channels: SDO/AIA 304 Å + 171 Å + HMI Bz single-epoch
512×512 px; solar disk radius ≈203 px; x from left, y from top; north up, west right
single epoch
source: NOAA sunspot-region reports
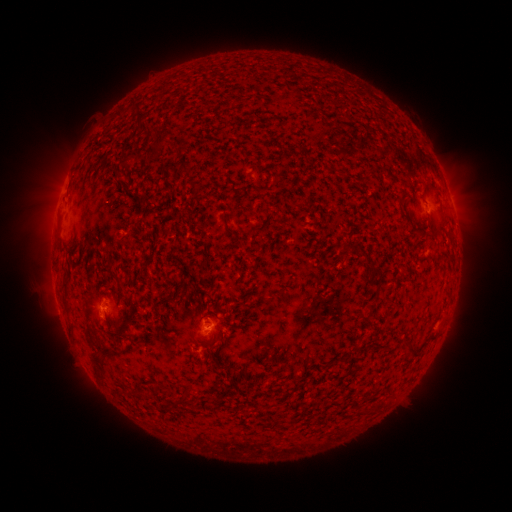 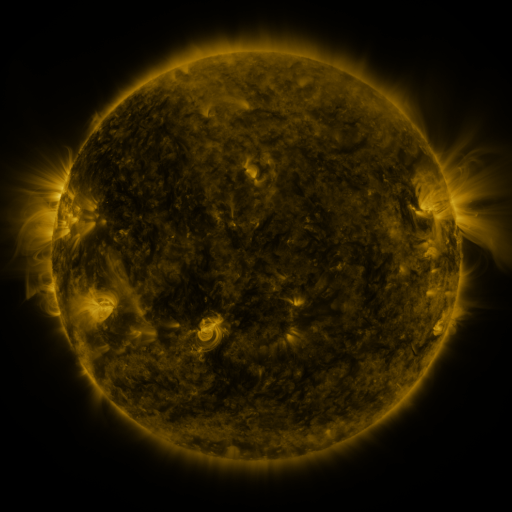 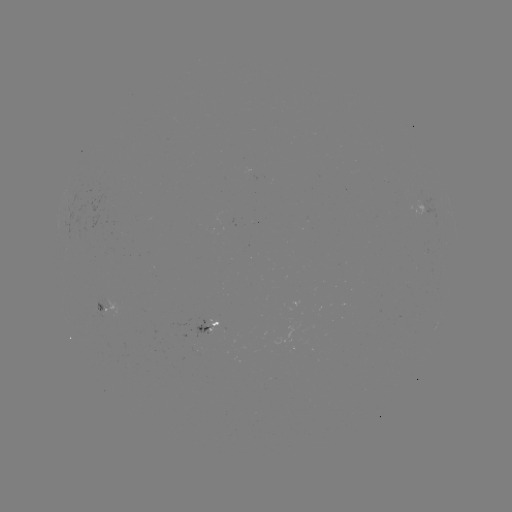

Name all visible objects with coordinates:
spotted active region: (107, 307)
spotted active region: (211, 326)
